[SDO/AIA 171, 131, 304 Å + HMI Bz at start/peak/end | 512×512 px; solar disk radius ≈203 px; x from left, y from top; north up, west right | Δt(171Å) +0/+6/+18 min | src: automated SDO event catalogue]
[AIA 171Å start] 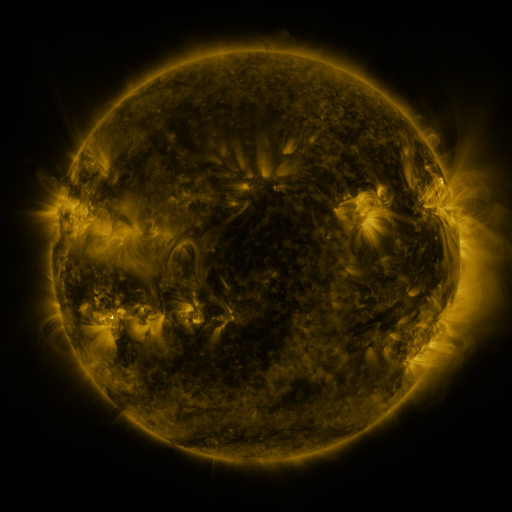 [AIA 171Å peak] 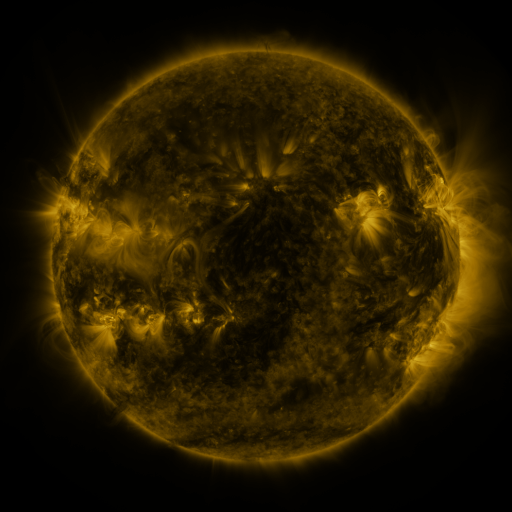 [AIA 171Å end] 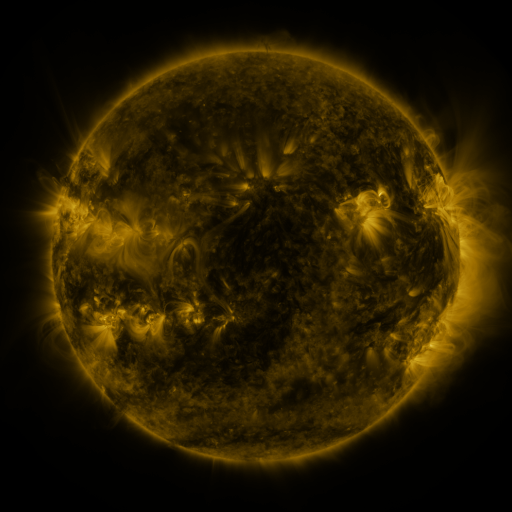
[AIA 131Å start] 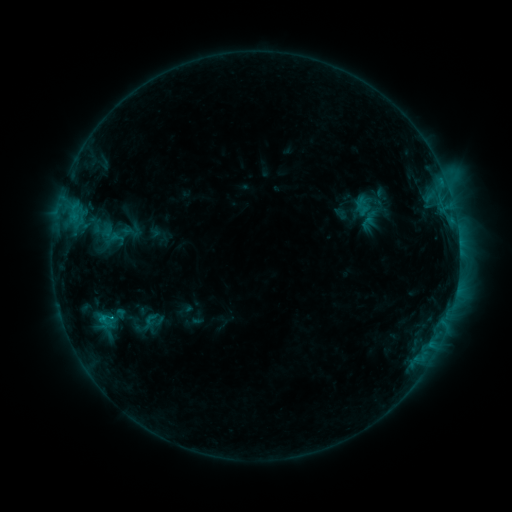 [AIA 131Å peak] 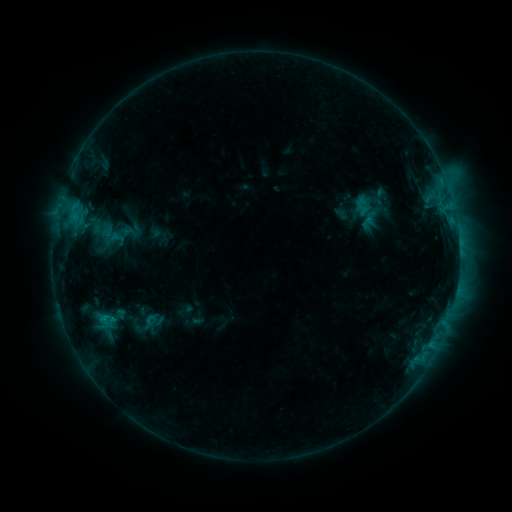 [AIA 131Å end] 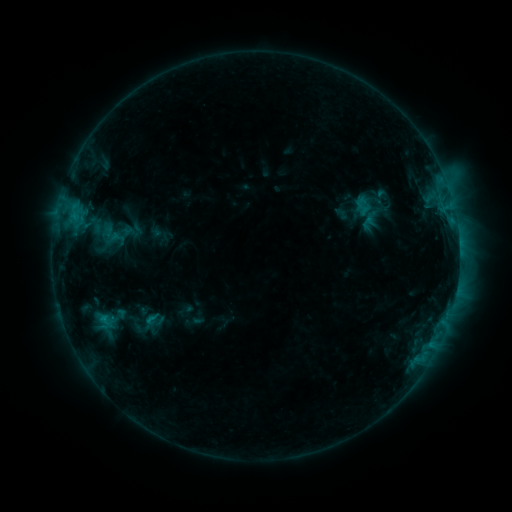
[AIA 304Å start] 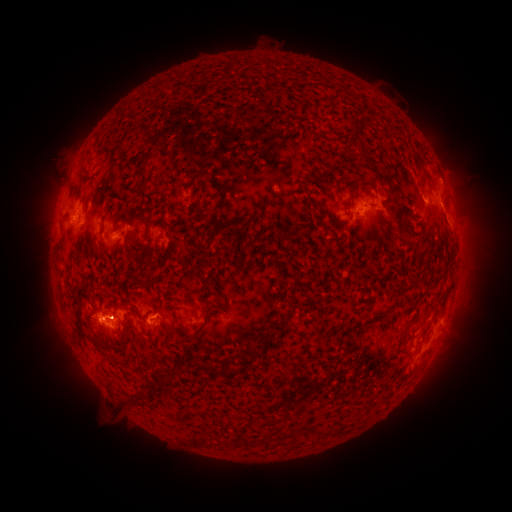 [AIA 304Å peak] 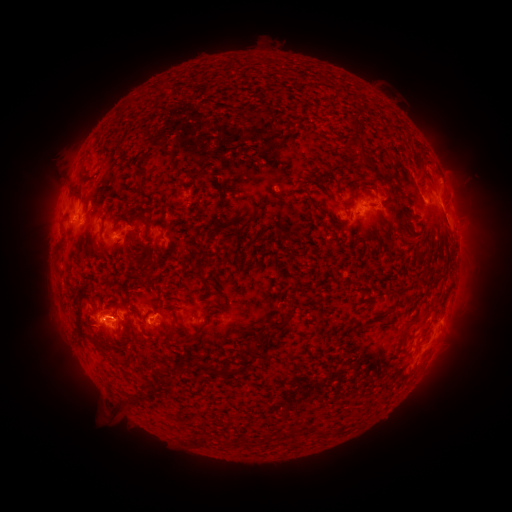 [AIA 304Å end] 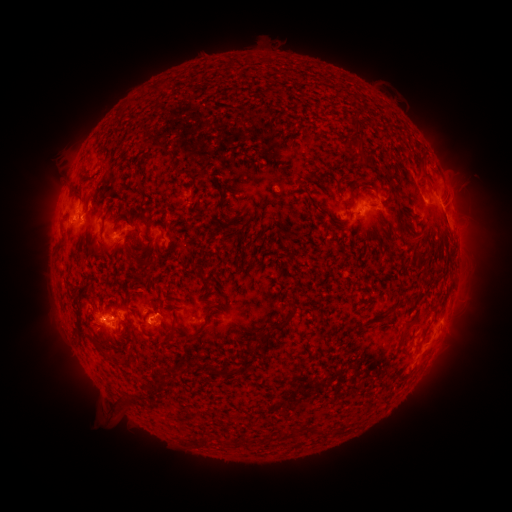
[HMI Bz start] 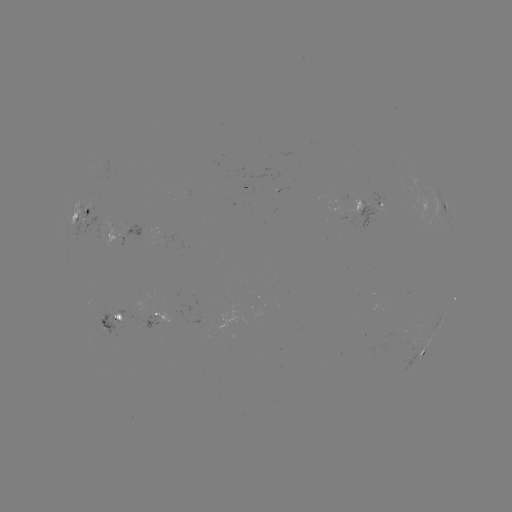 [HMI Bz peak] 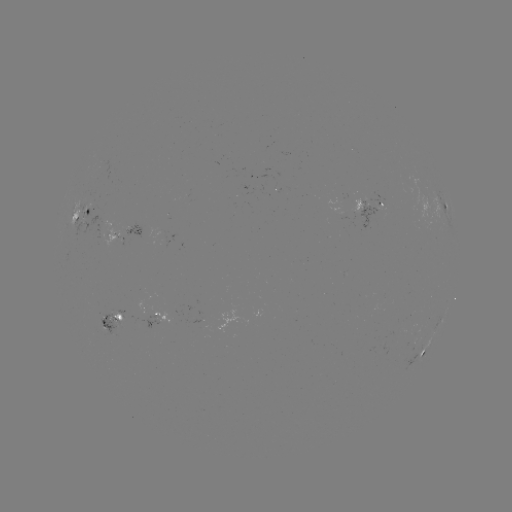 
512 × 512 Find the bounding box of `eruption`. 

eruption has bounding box [70, 308, 109, 350].